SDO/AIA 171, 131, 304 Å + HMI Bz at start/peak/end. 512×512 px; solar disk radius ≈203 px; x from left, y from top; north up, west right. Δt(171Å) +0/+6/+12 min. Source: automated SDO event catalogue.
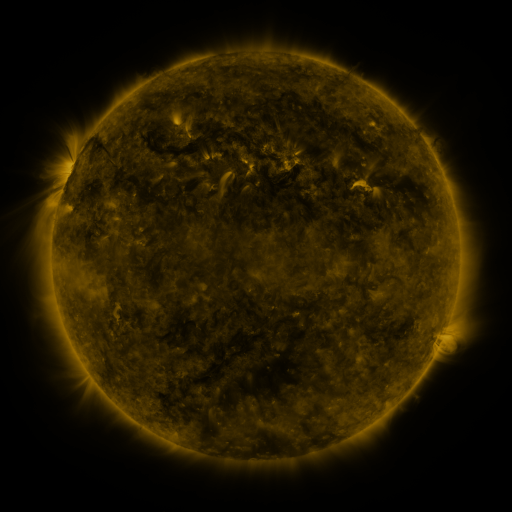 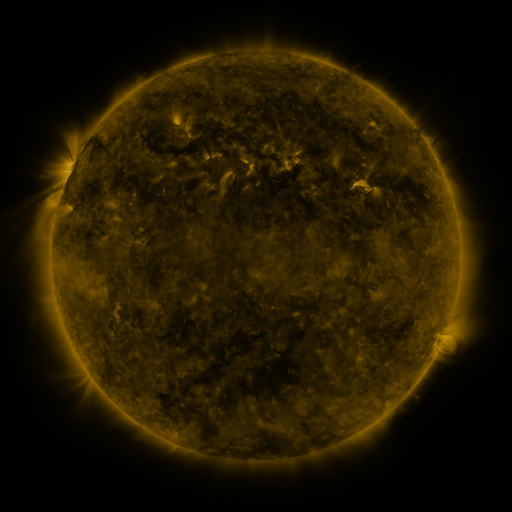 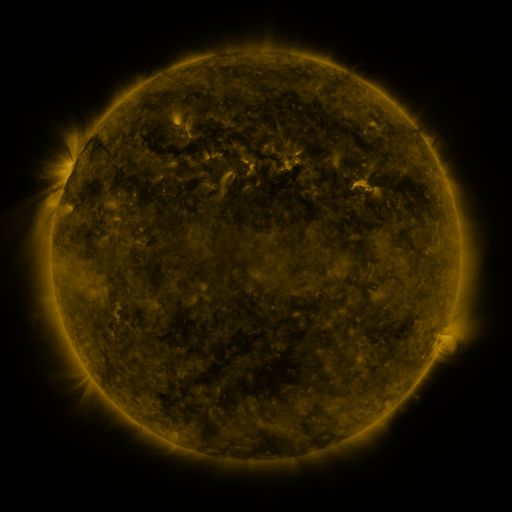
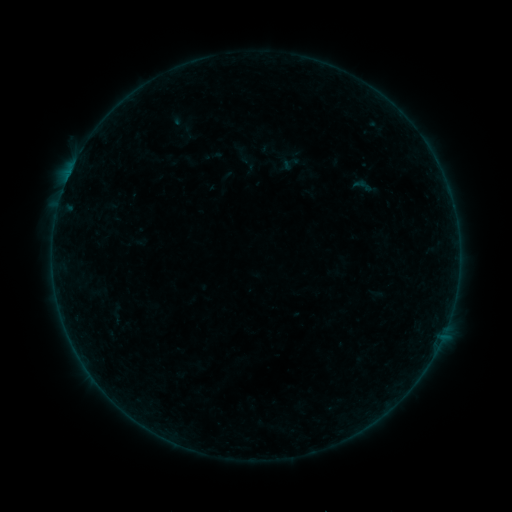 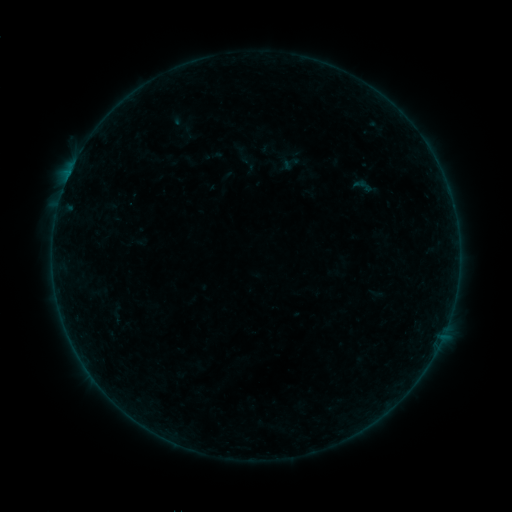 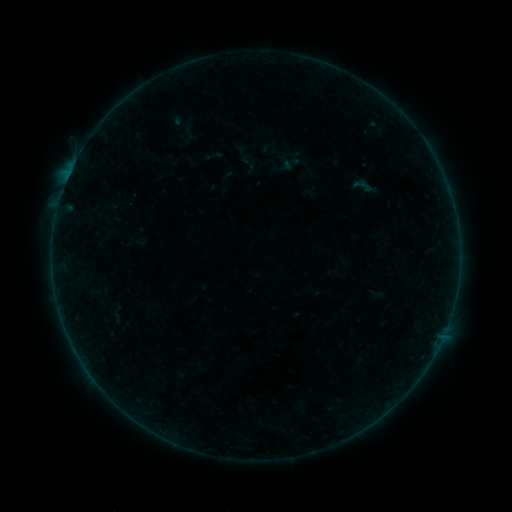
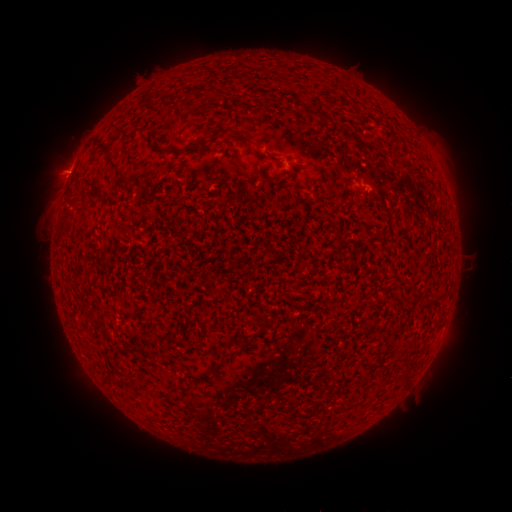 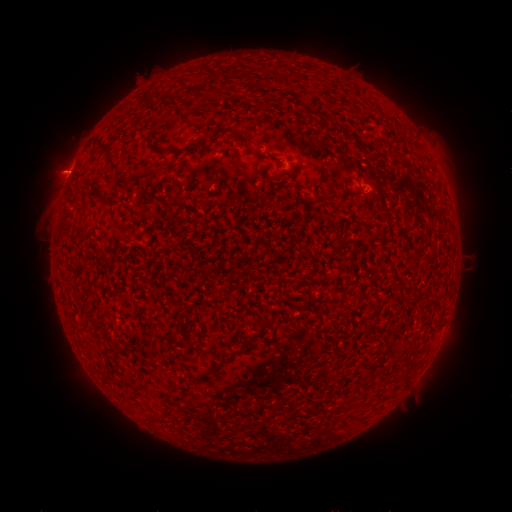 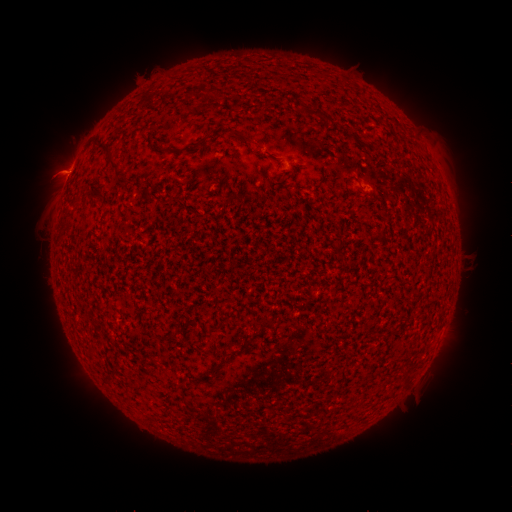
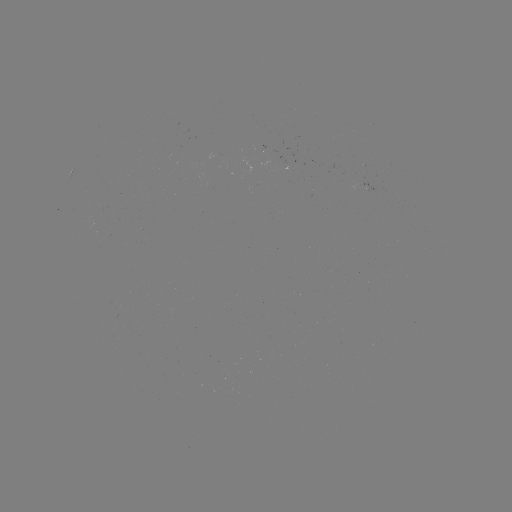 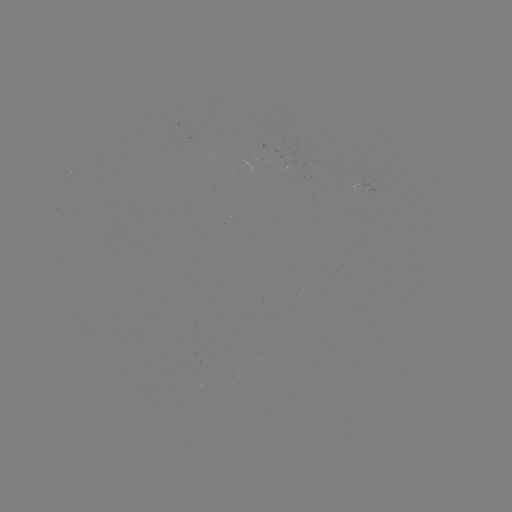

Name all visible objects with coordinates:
eruption: (51, 169)
